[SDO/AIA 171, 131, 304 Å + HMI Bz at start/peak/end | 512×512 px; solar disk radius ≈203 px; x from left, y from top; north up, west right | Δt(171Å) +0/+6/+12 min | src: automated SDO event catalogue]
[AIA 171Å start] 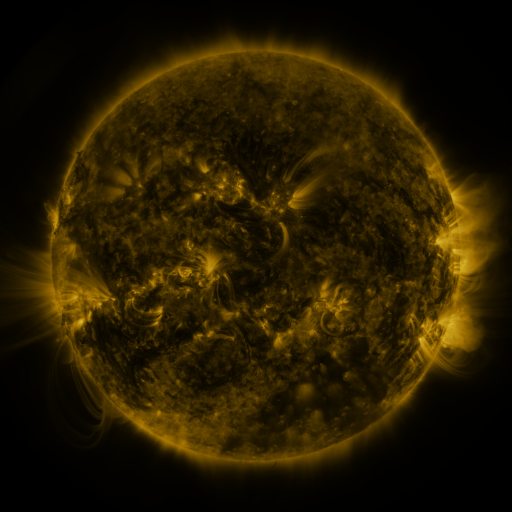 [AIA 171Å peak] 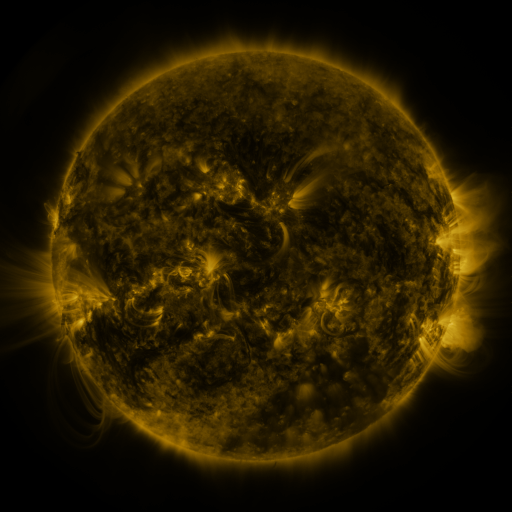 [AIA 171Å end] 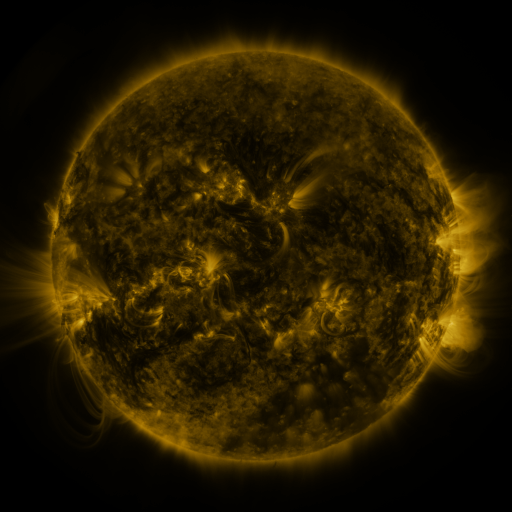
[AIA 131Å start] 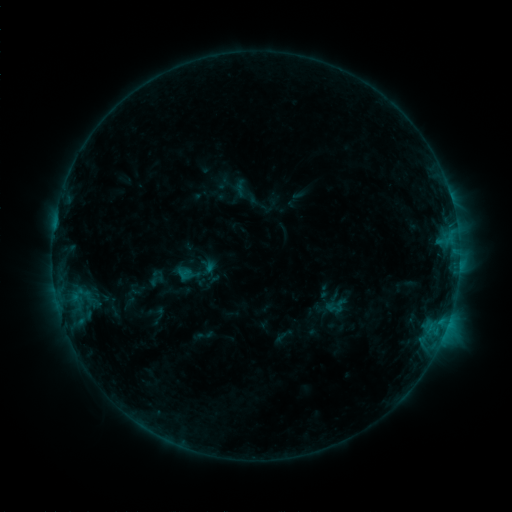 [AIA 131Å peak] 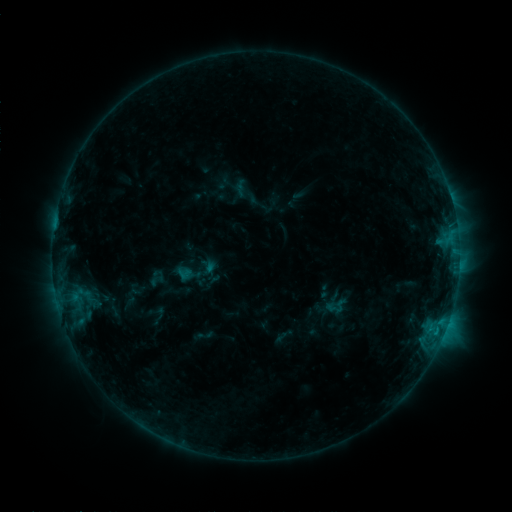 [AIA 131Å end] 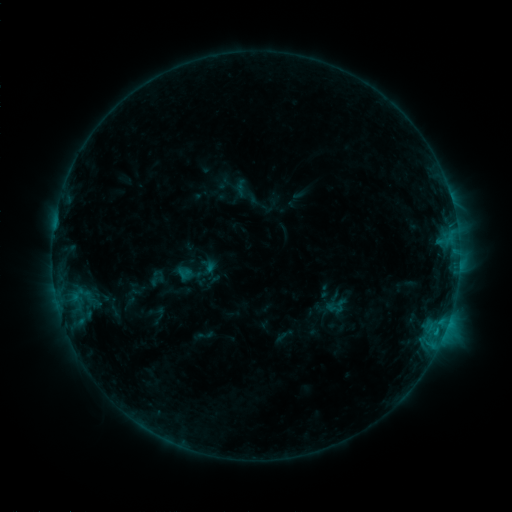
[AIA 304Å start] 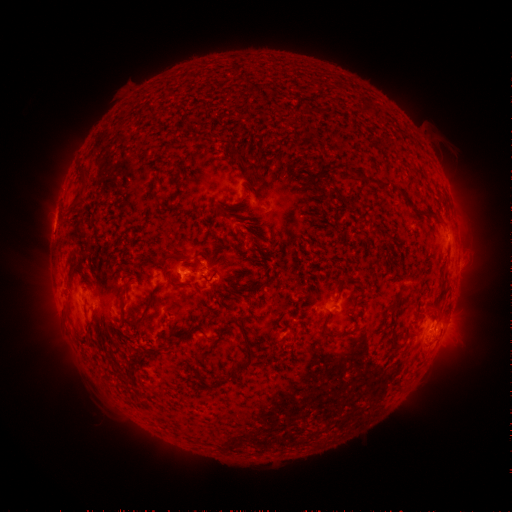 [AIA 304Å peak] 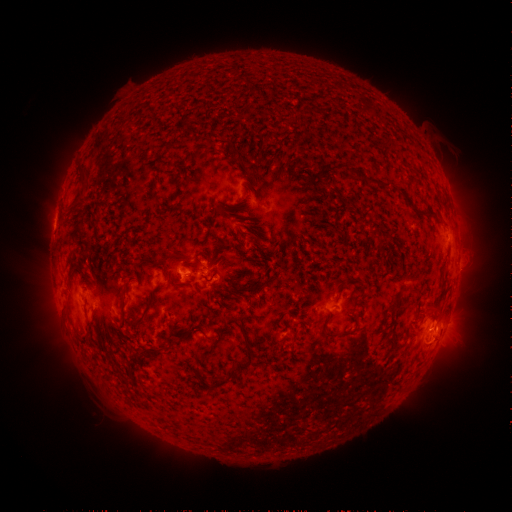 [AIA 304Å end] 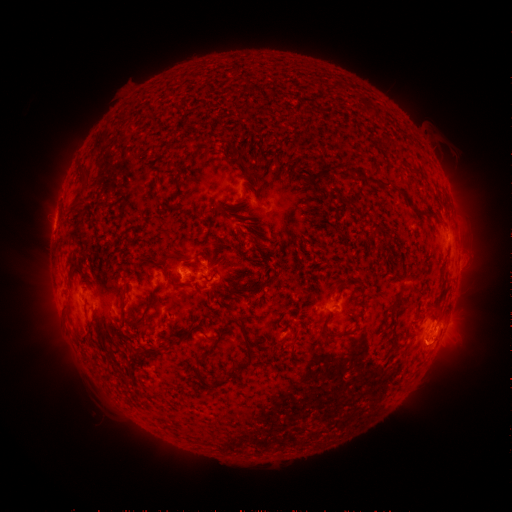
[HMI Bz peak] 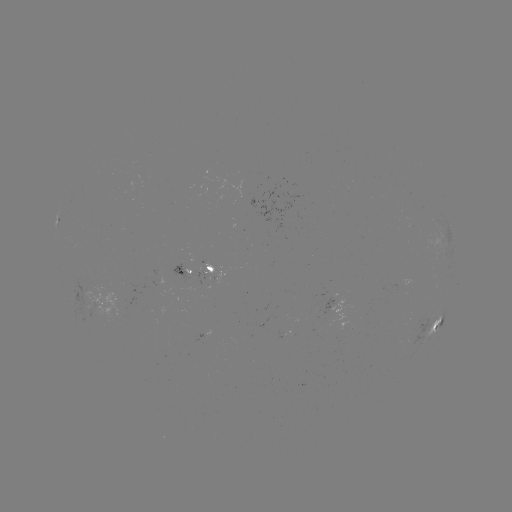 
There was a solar eruption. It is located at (440, 353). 